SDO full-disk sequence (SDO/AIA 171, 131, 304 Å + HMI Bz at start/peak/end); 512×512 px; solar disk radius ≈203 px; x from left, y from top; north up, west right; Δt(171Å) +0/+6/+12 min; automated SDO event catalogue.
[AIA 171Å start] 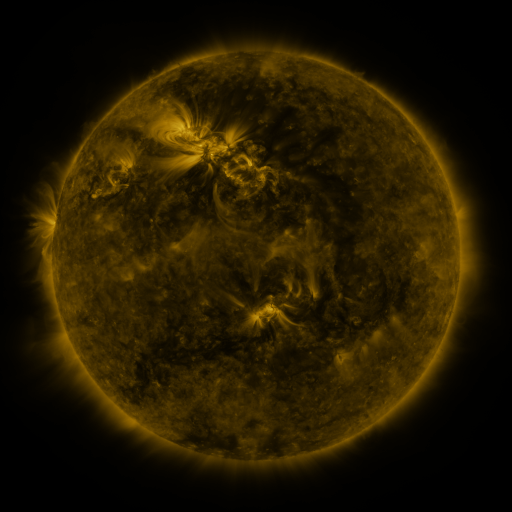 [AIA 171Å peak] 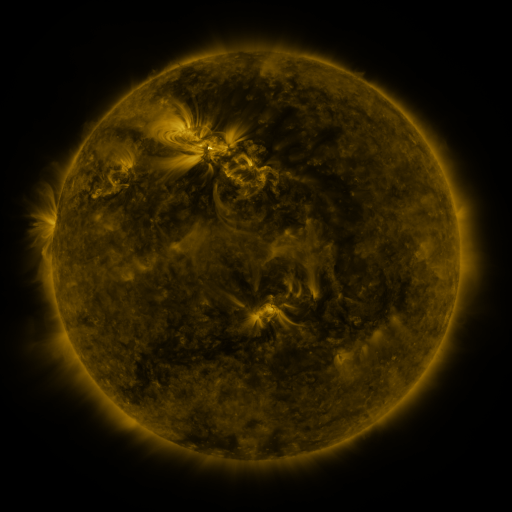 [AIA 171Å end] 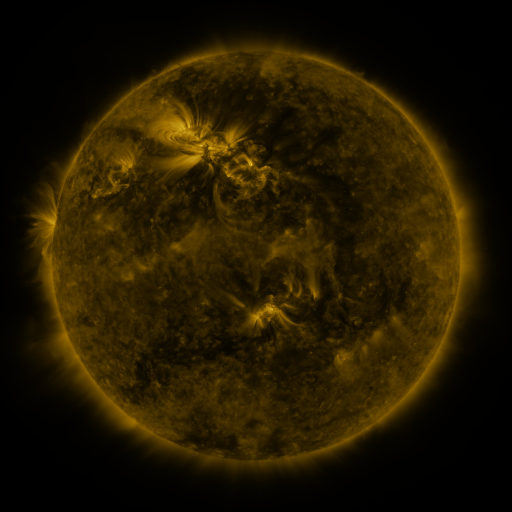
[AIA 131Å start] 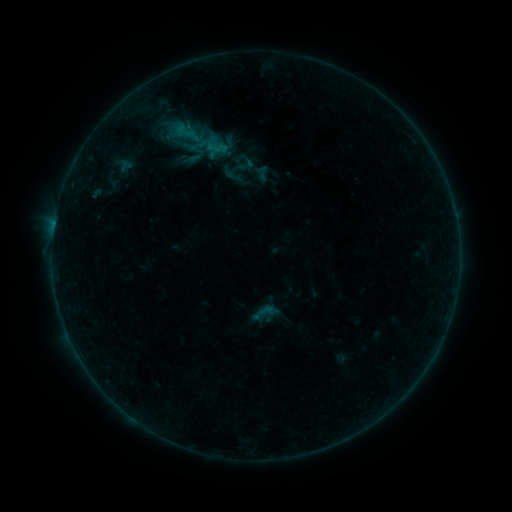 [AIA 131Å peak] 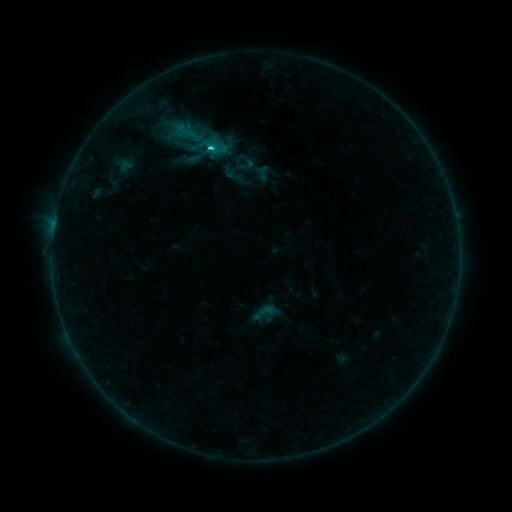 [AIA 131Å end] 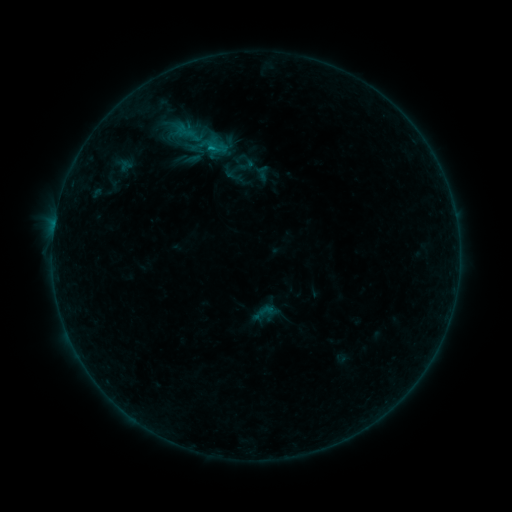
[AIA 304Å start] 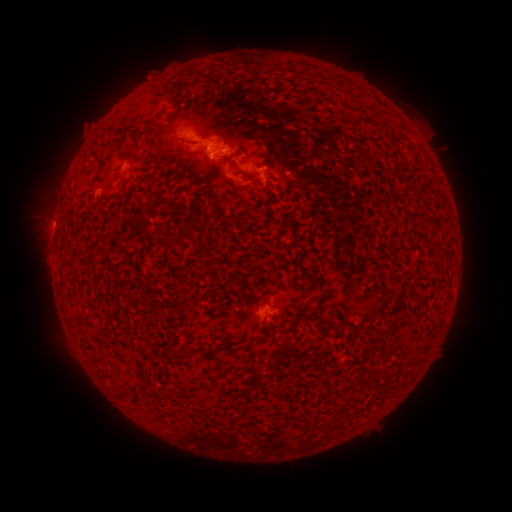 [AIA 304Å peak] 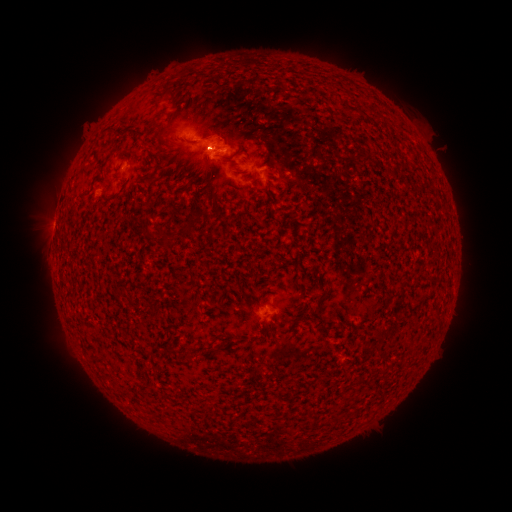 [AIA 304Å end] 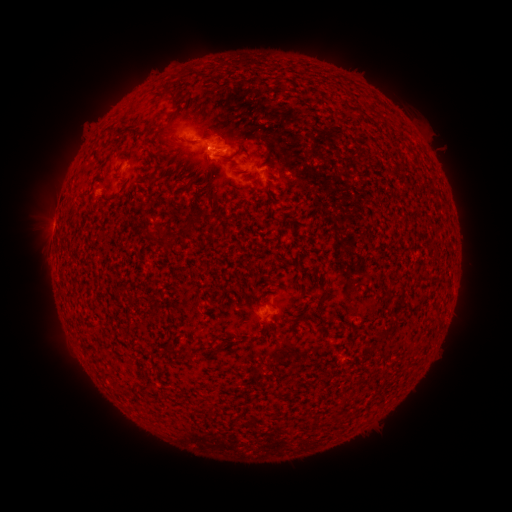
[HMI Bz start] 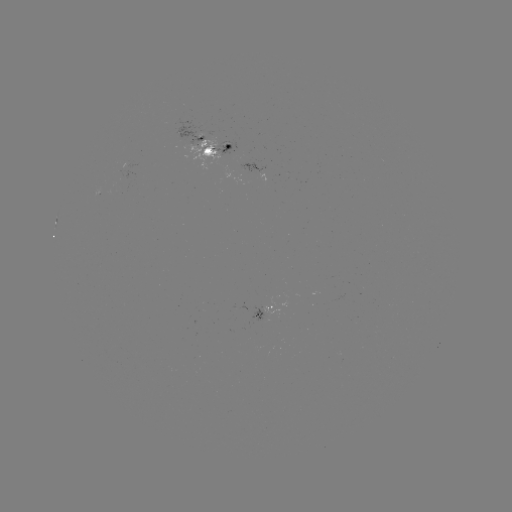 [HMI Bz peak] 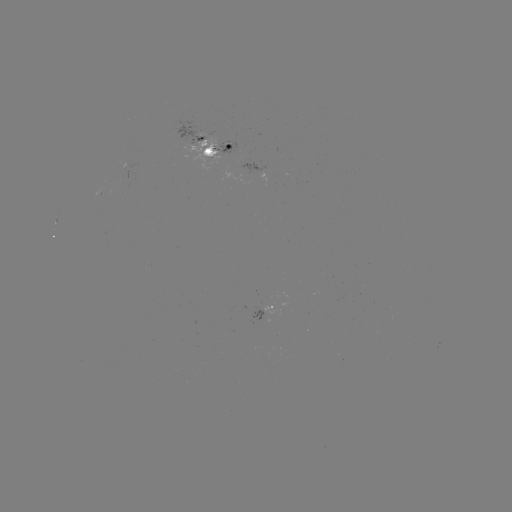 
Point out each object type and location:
C1.4 flare: (210, 150)
